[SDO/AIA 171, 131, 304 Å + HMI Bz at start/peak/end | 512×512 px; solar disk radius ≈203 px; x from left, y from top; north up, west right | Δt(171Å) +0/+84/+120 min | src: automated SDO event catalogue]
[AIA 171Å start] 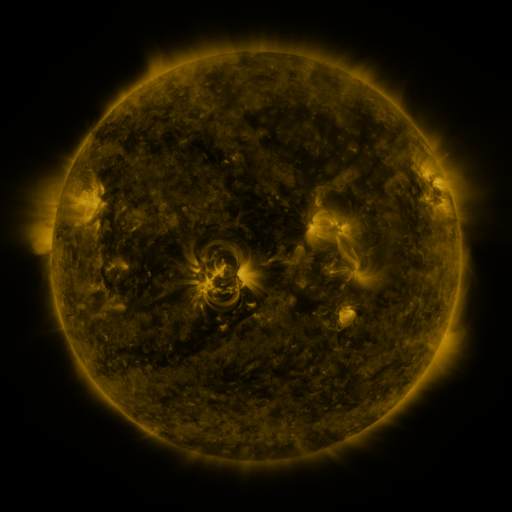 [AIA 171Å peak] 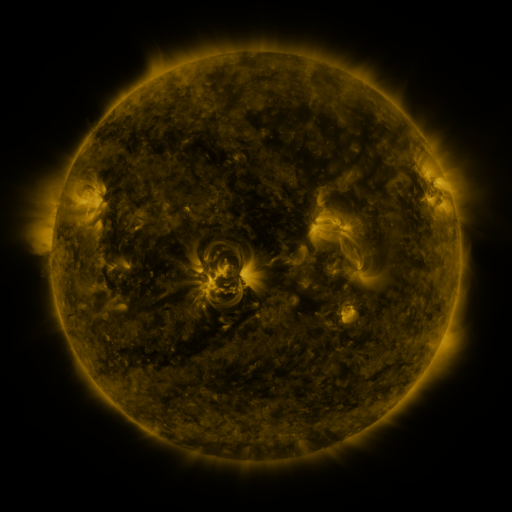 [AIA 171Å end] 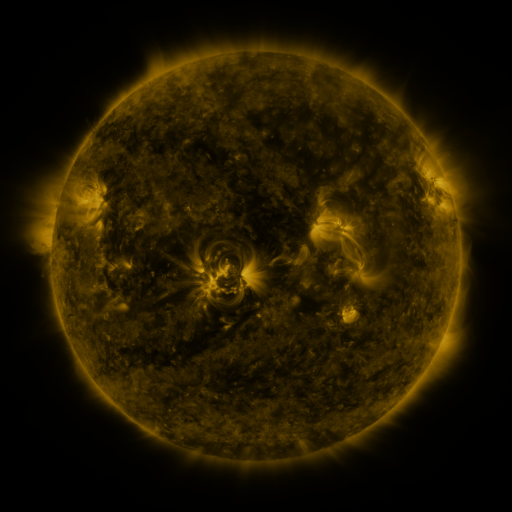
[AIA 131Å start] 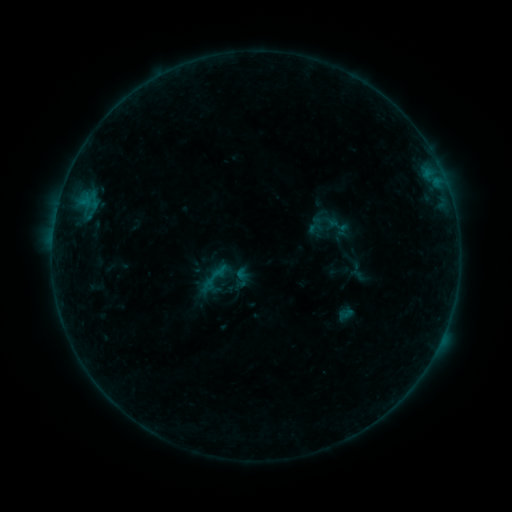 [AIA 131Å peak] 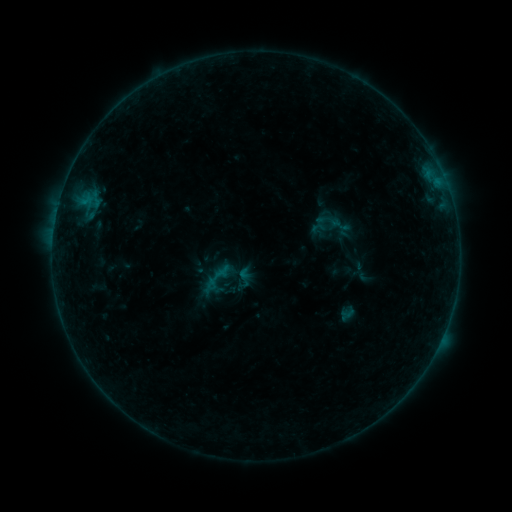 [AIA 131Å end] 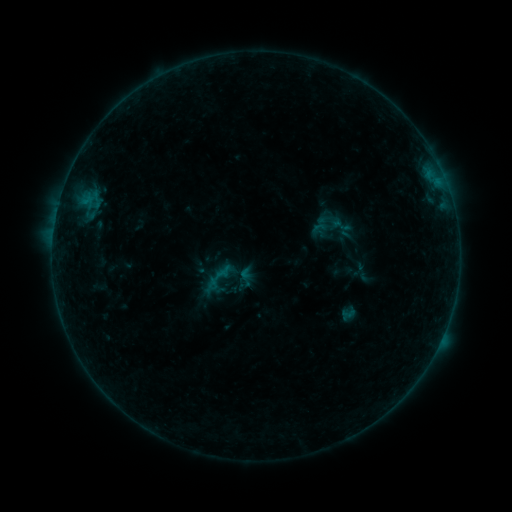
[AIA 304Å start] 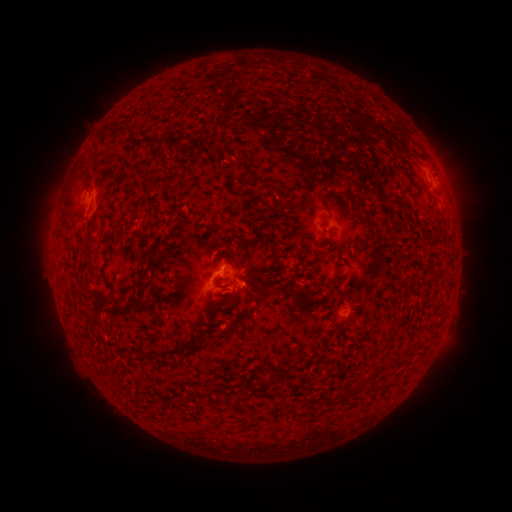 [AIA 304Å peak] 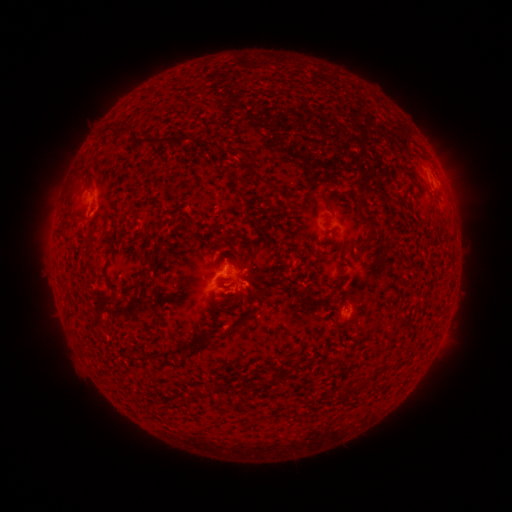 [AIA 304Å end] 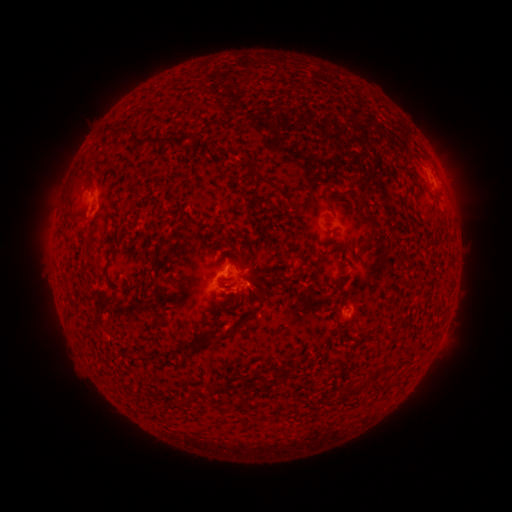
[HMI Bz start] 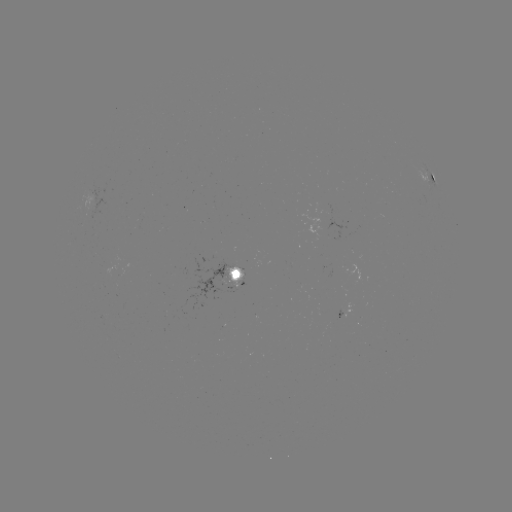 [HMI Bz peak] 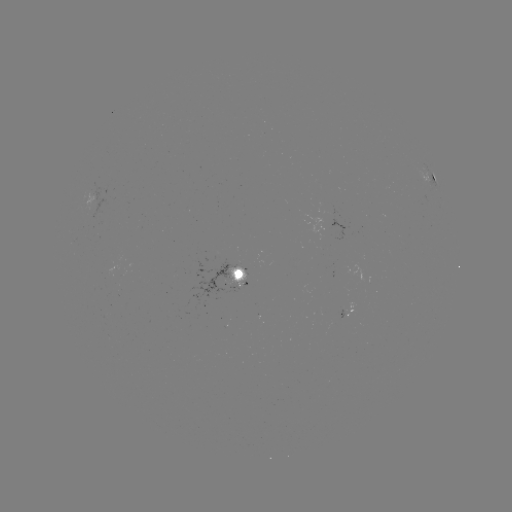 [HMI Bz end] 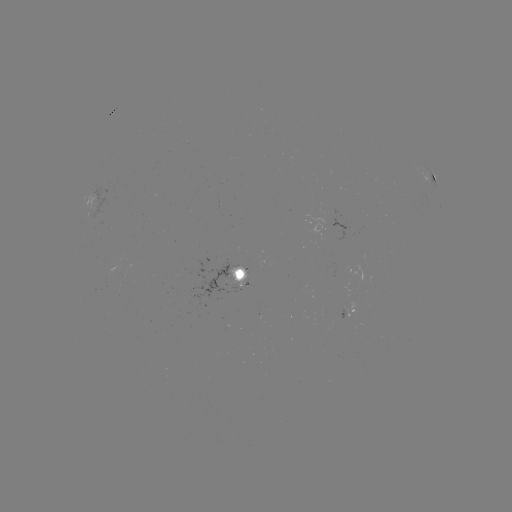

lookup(emerging-flux region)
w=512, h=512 (94, 207)